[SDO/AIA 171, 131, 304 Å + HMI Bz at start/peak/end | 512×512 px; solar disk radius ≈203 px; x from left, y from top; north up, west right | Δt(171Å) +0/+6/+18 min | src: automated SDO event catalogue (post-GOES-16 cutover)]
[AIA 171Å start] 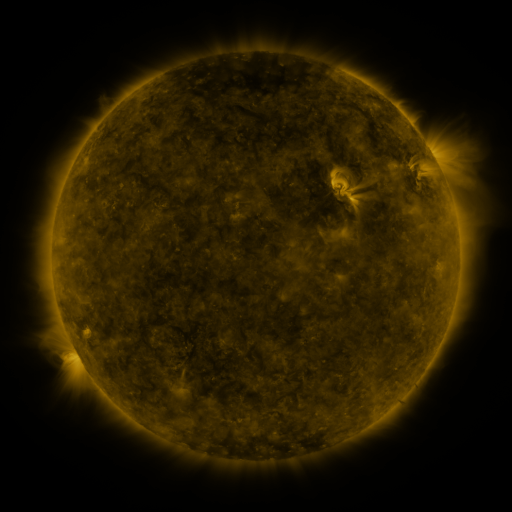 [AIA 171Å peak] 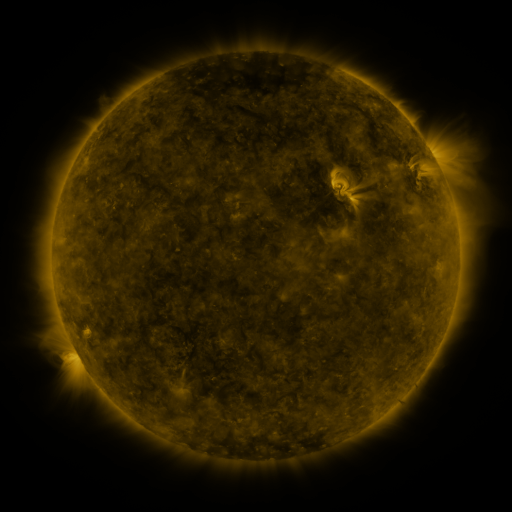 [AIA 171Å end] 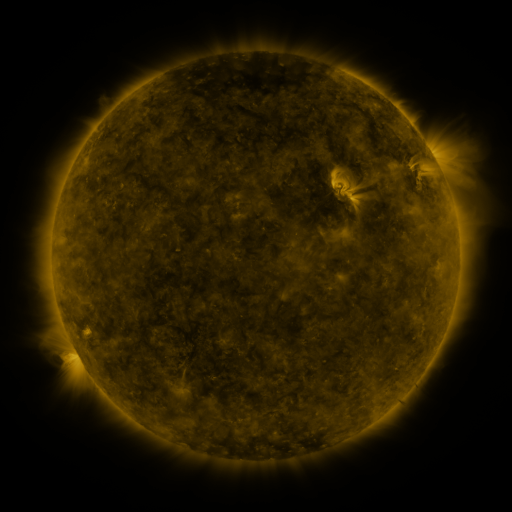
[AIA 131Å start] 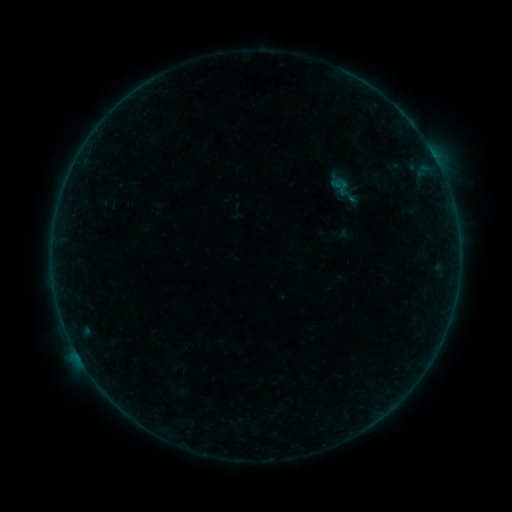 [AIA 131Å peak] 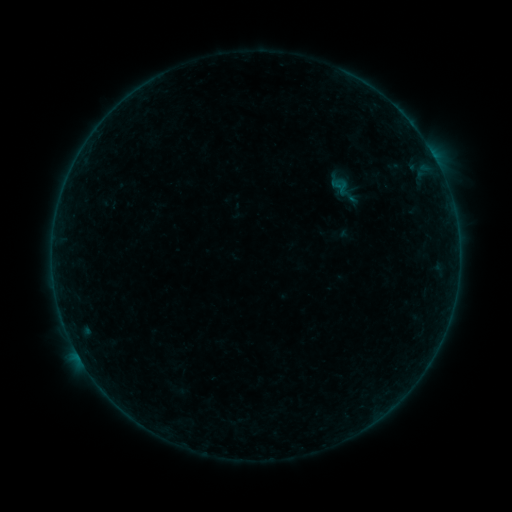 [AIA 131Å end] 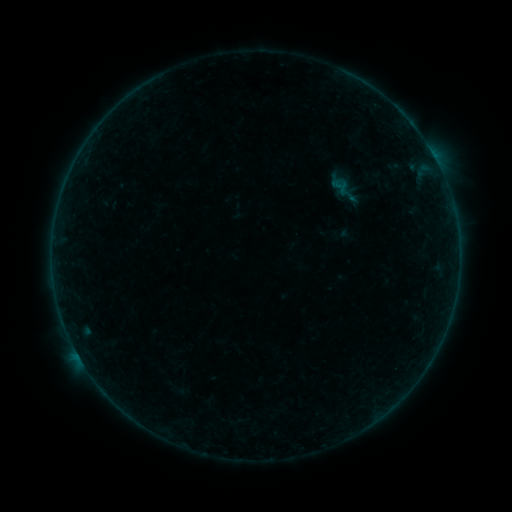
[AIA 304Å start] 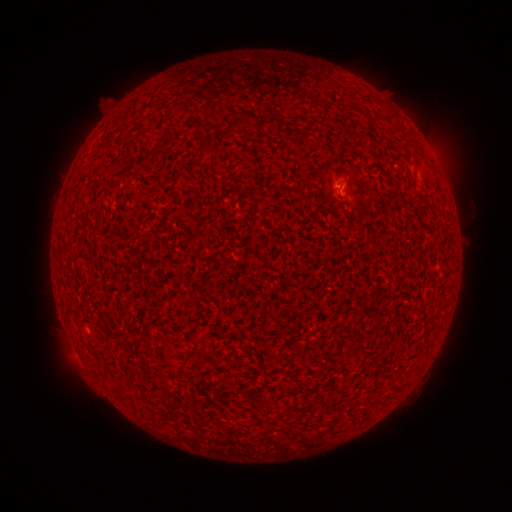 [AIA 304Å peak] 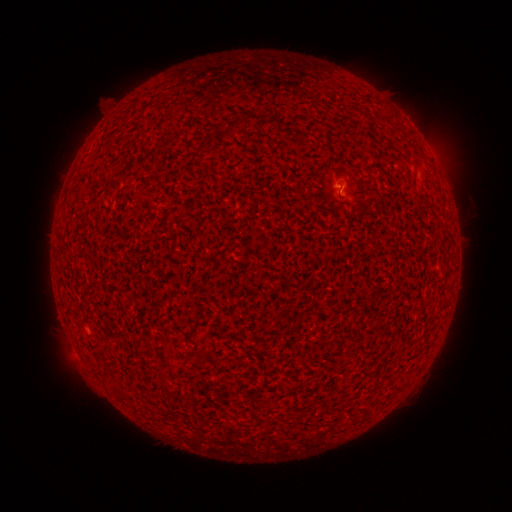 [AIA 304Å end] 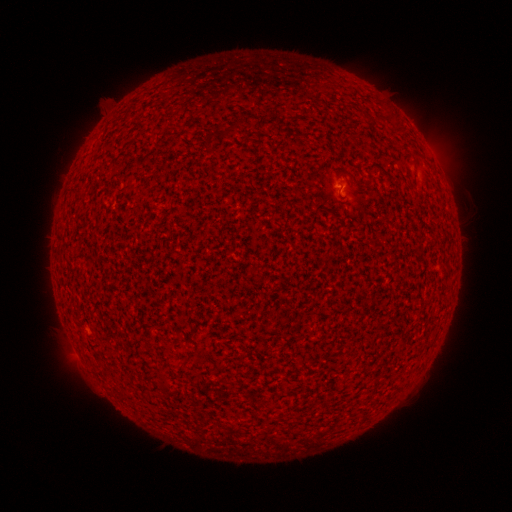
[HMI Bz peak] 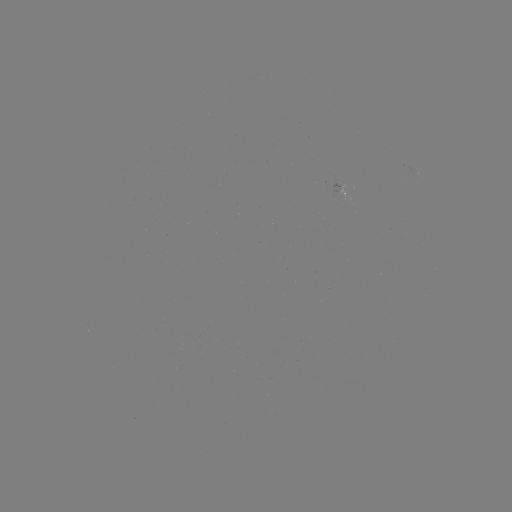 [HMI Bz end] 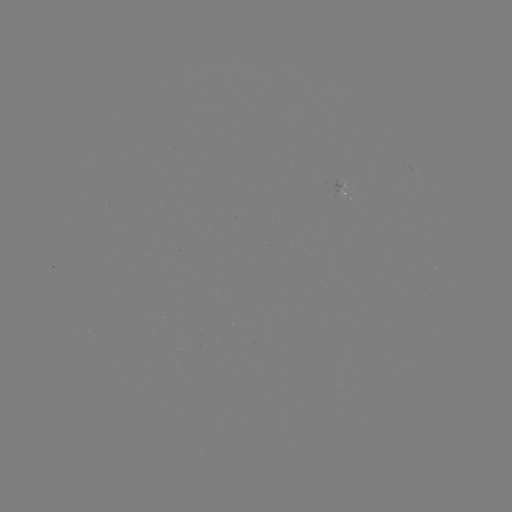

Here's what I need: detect A7.2 flare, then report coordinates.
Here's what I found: A7.2 flare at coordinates [339, 188].